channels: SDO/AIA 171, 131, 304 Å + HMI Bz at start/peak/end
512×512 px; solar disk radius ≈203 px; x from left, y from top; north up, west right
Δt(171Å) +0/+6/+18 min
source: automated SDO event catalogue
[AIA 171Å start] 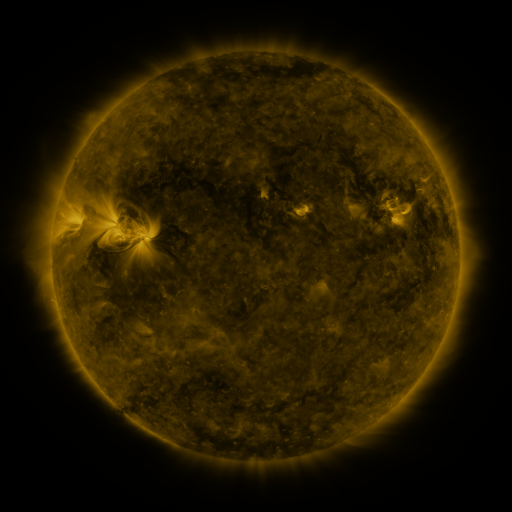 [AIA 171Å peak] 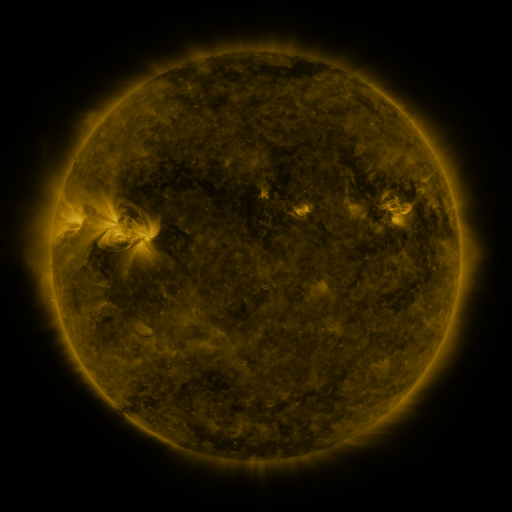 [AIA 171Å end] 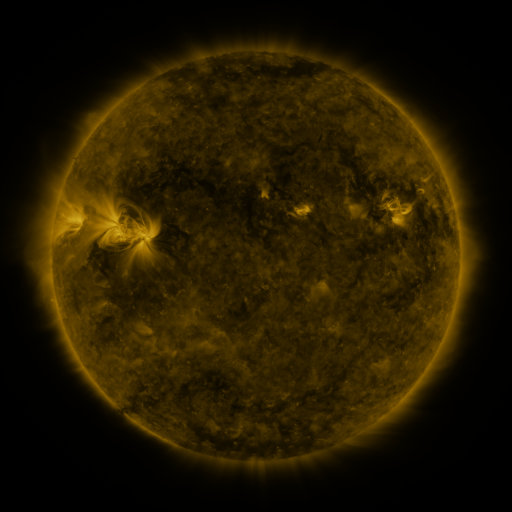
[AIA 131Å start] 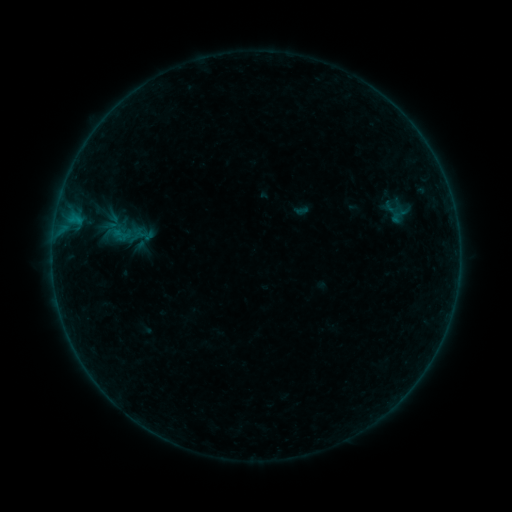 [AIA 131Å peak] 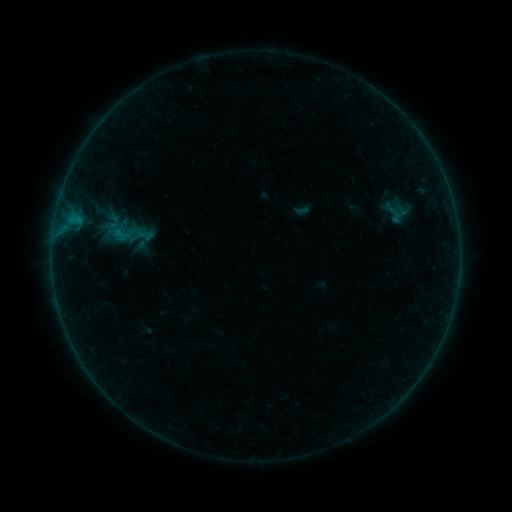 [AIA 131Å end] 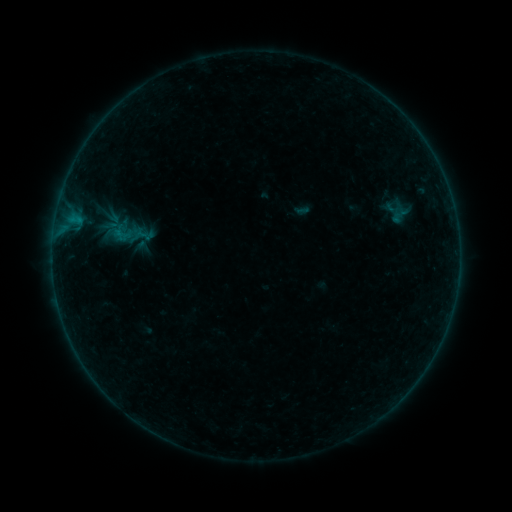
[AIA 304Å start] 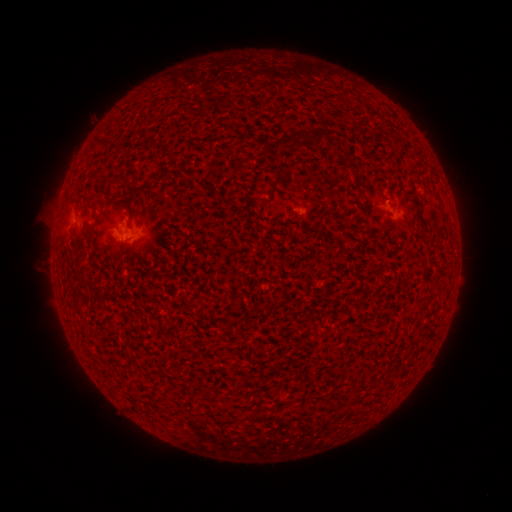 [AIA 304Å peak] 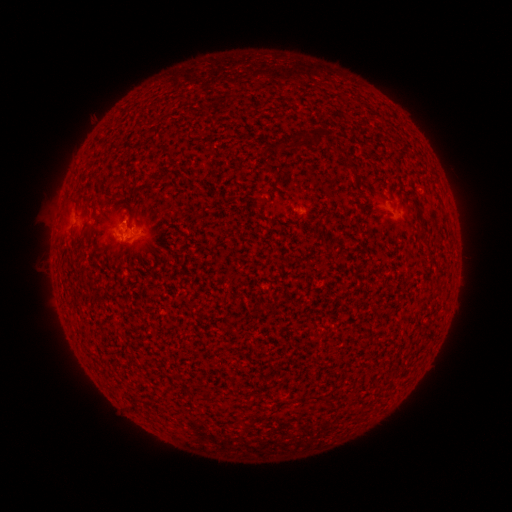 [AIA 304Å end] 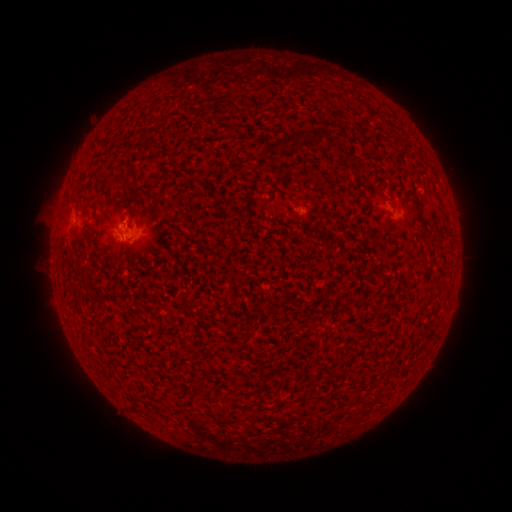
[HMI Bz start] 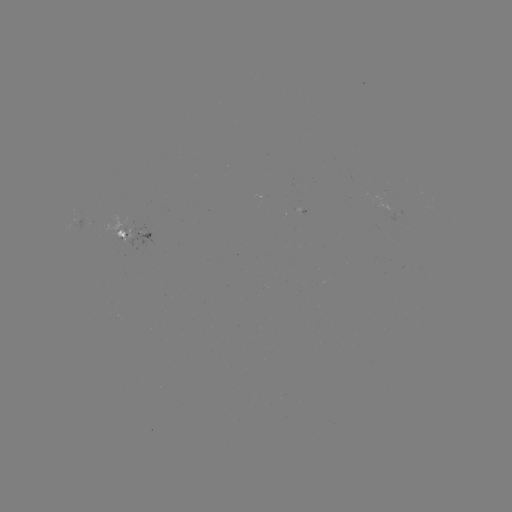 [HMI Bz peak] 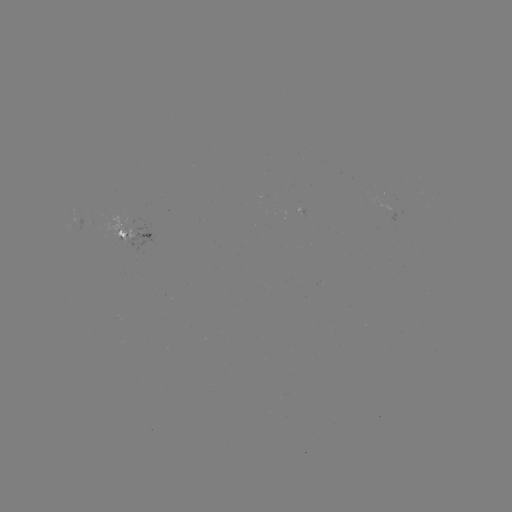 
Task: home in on B1.1 flare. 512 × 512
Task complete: (126, 226).